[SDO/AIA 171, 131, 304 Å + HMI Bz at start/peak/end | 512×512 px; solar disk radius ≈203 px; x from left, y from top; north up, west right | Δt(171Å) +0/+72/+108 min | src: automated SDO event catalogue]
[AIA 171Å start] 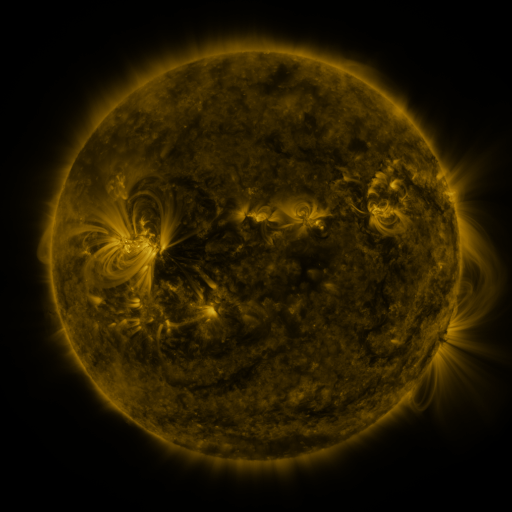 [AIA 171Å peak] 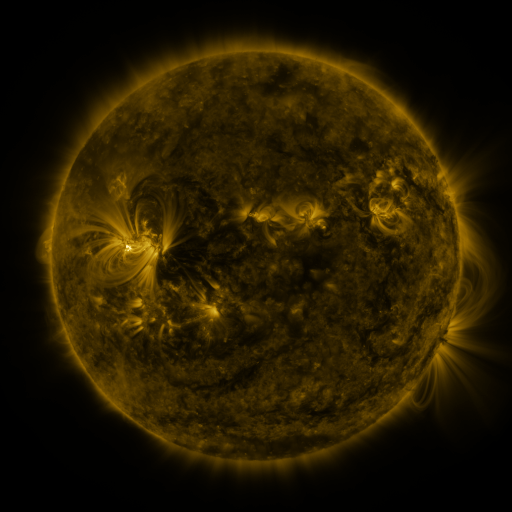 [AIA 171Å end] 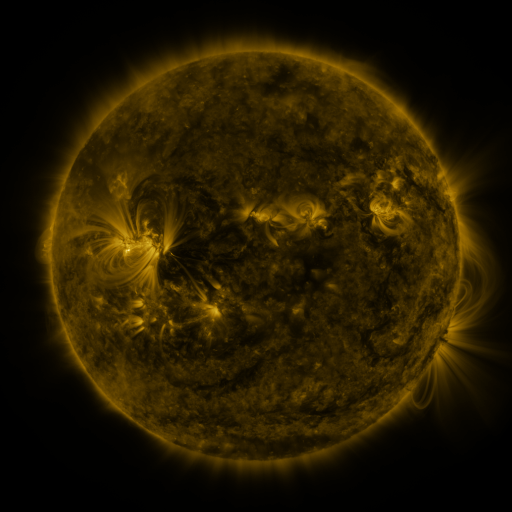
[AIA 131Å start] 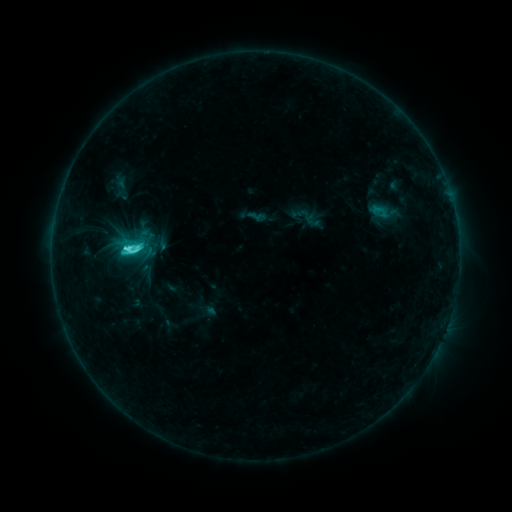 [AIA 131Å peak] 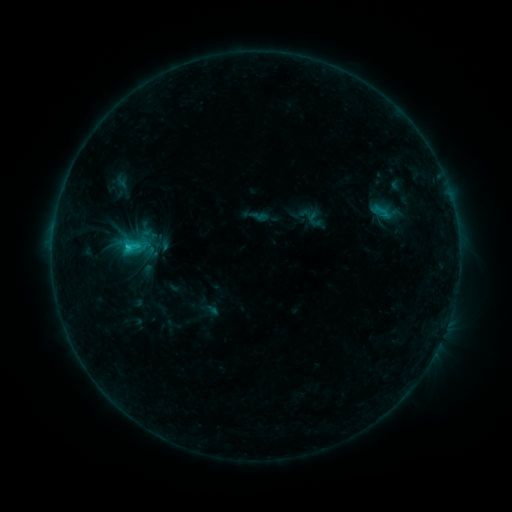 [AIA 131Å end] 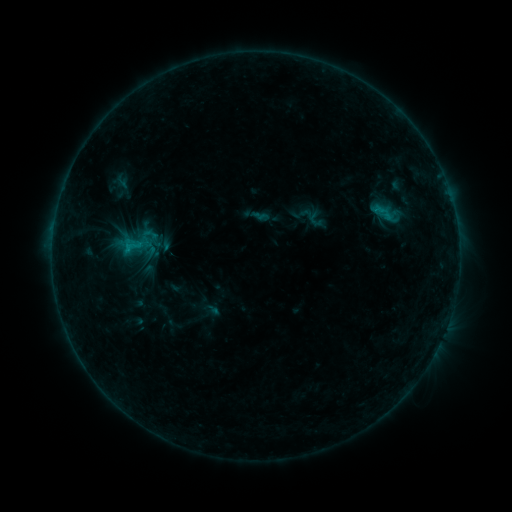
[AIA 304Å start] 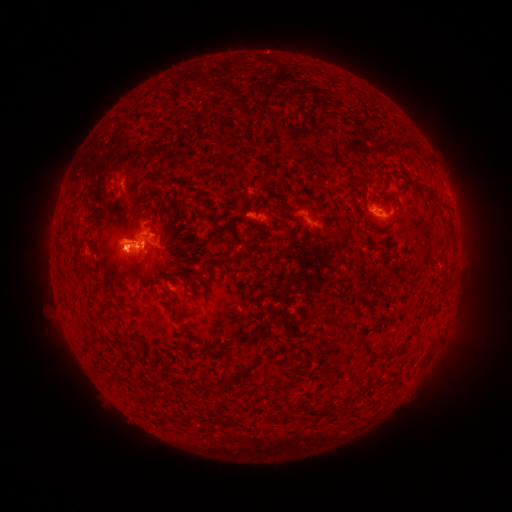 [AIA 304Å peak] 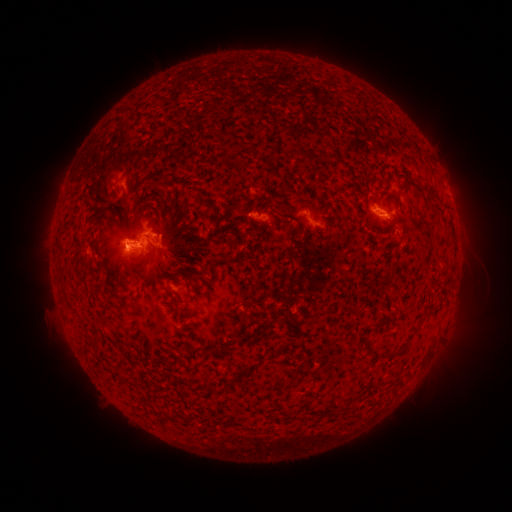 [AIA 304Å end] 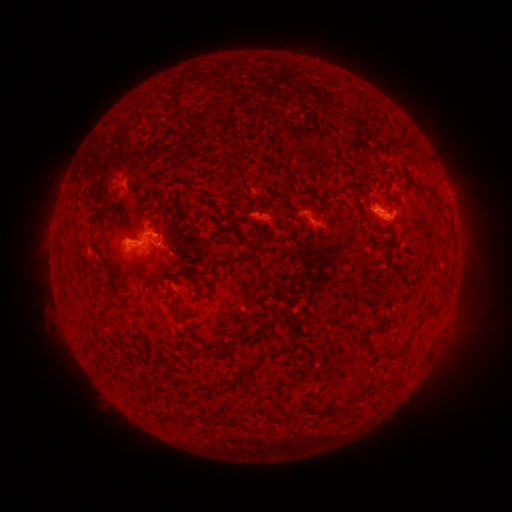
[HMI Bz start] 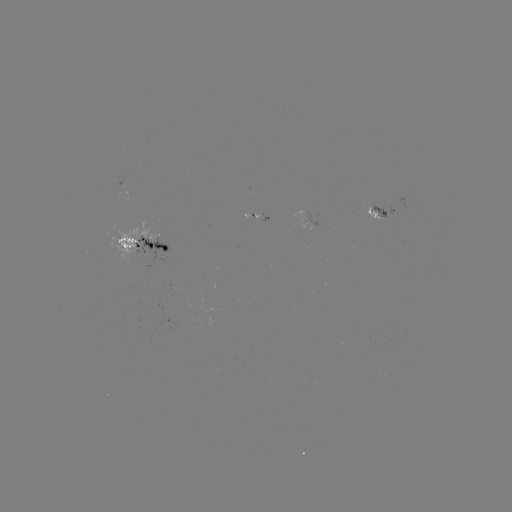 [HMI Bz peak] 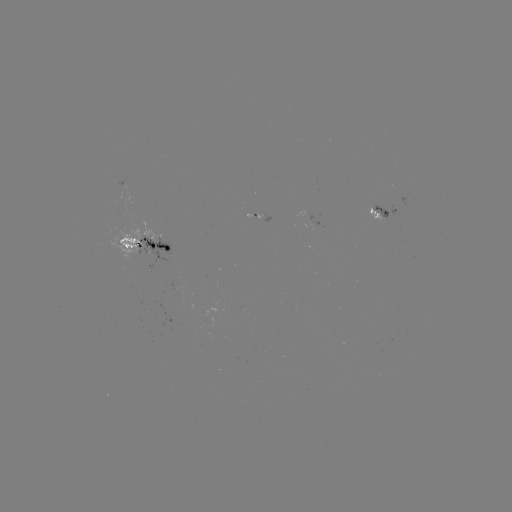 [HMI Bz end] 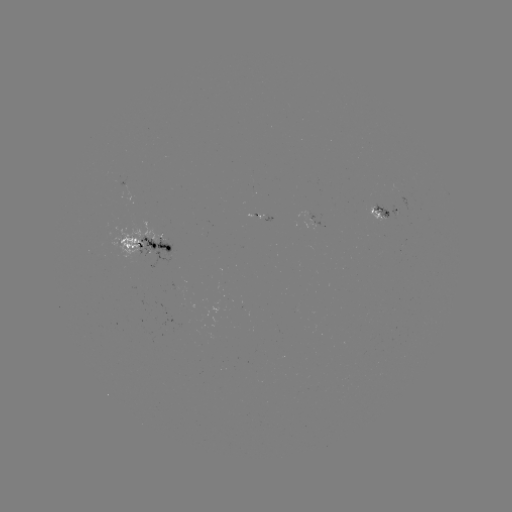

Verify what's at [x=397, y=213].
emerging-flux region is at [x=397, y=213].